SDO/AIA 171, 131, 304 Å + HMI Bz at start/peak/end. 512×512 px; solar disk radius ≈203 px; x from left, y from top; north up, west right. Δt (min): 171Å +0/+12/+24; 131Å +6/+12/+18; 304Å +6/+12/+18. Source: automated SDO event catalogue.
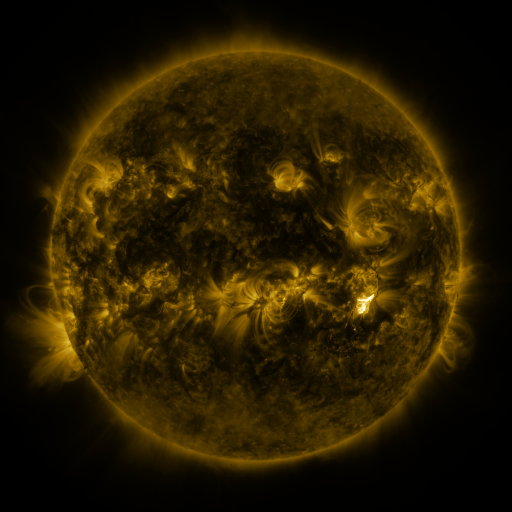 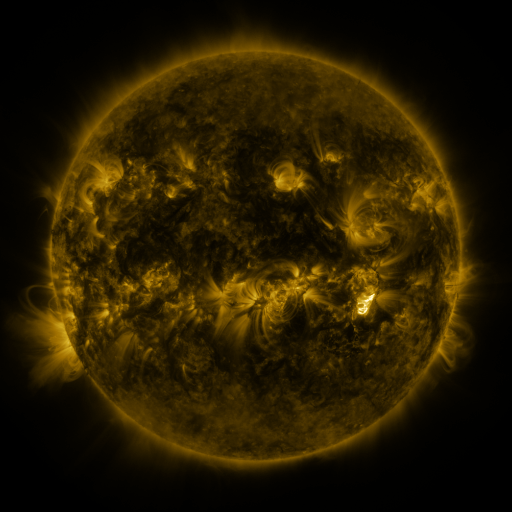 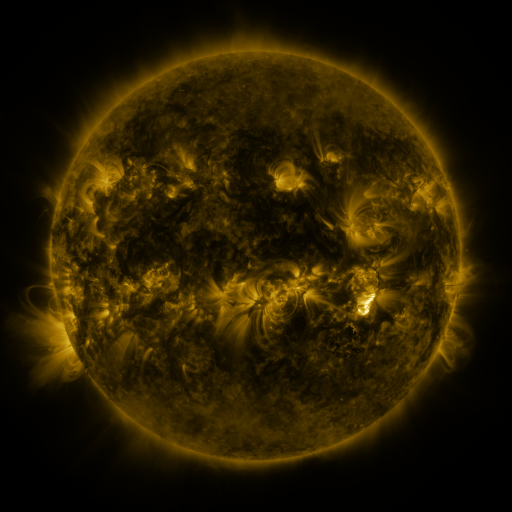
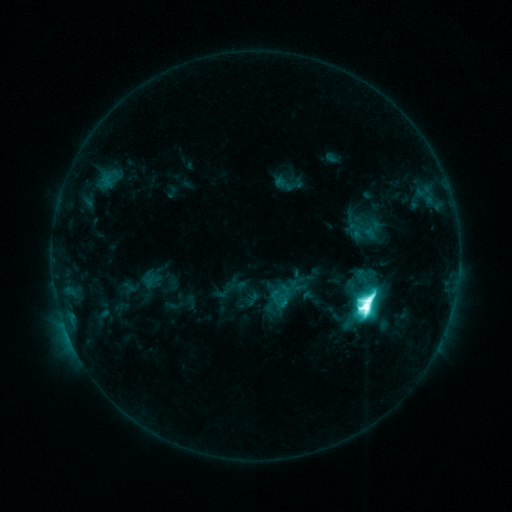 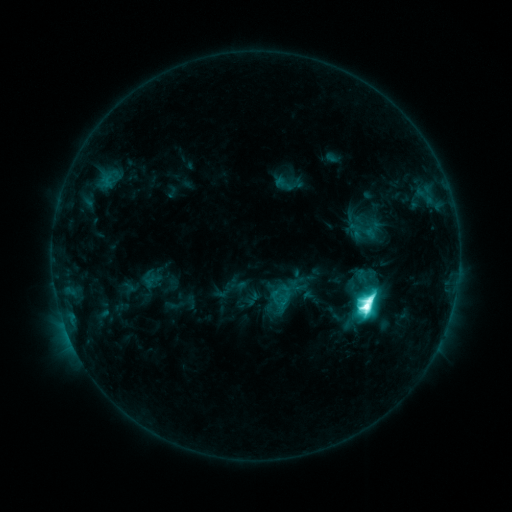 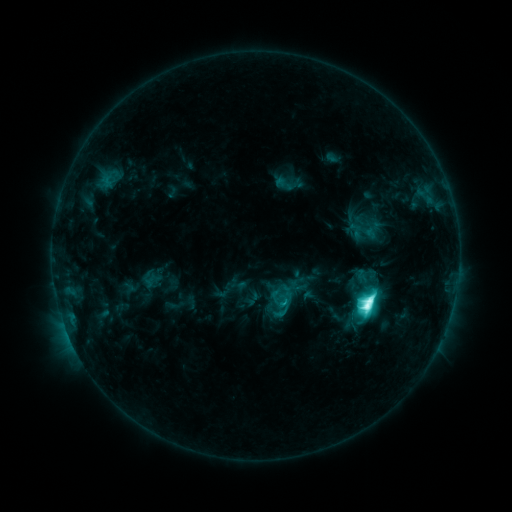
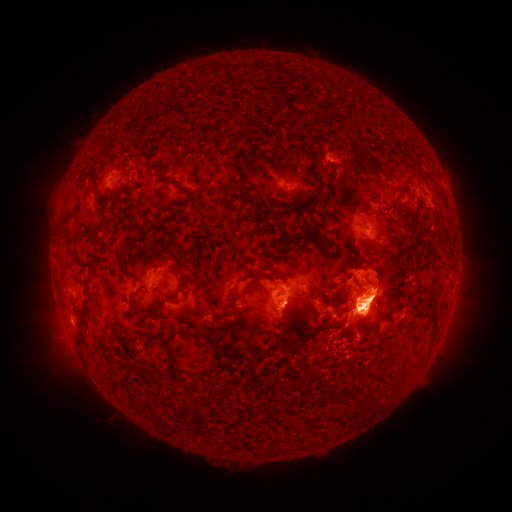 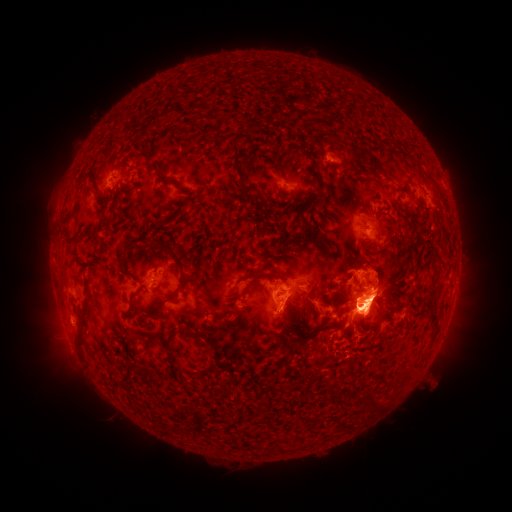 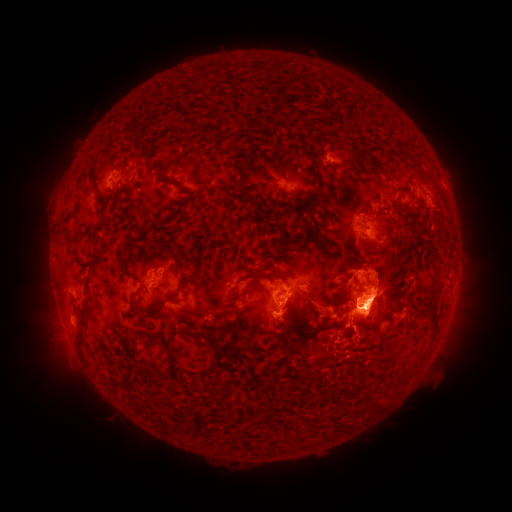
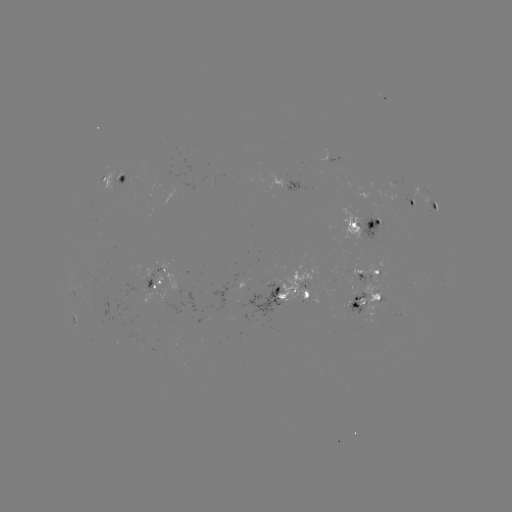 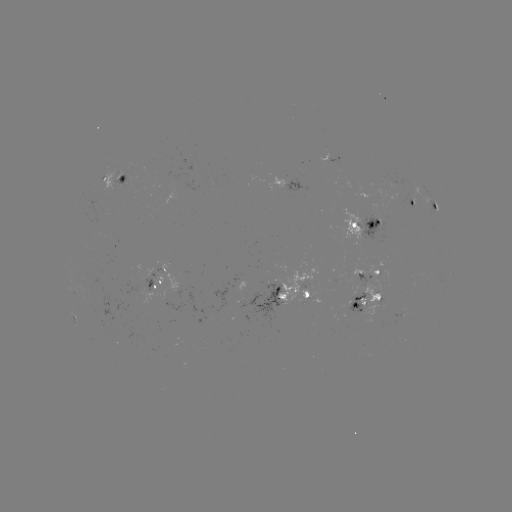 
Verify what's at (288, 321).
eruption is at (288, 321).